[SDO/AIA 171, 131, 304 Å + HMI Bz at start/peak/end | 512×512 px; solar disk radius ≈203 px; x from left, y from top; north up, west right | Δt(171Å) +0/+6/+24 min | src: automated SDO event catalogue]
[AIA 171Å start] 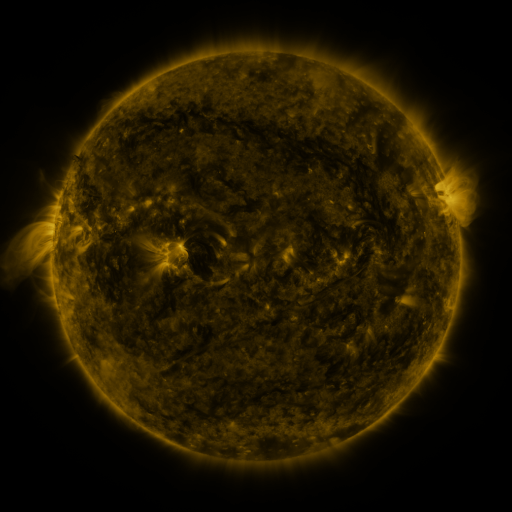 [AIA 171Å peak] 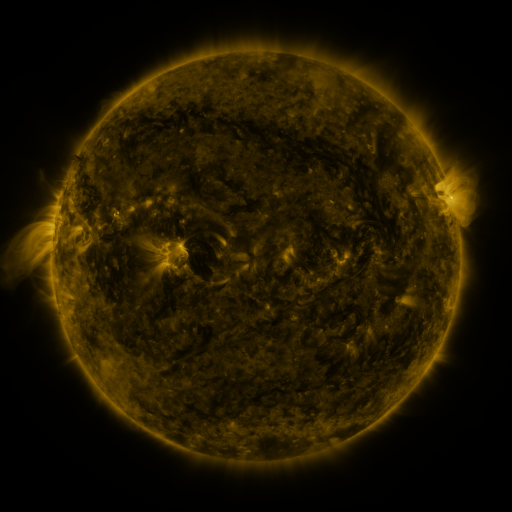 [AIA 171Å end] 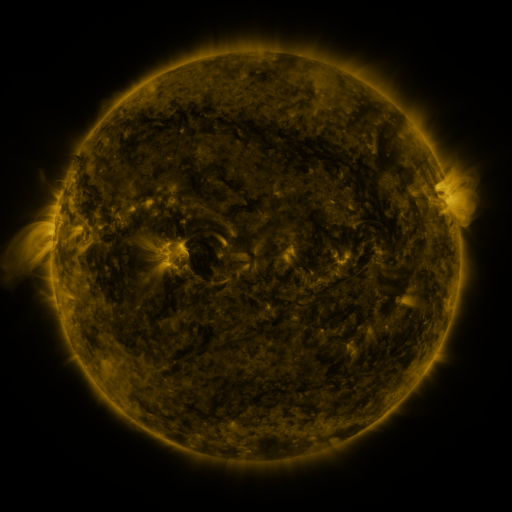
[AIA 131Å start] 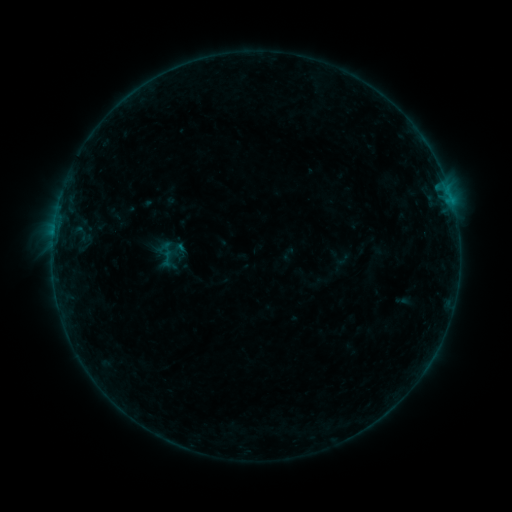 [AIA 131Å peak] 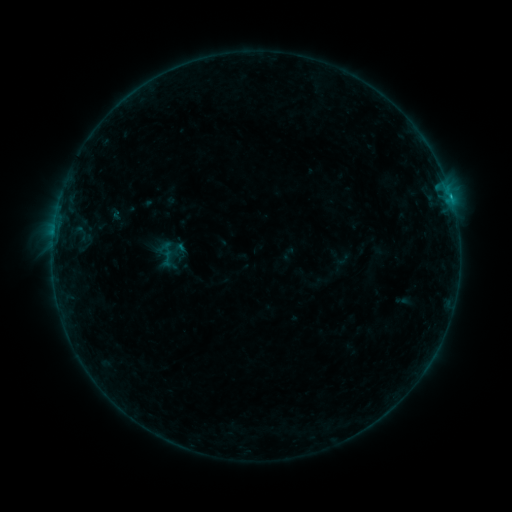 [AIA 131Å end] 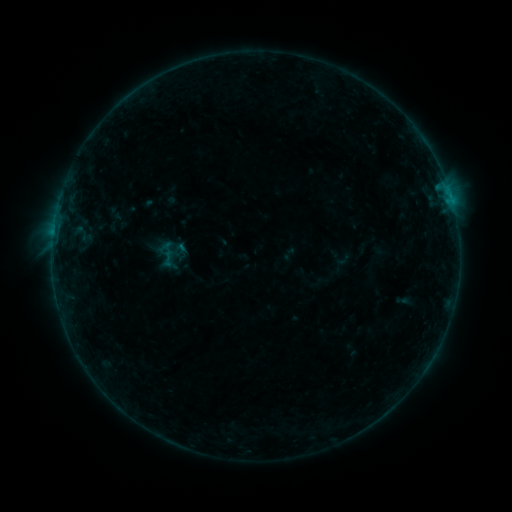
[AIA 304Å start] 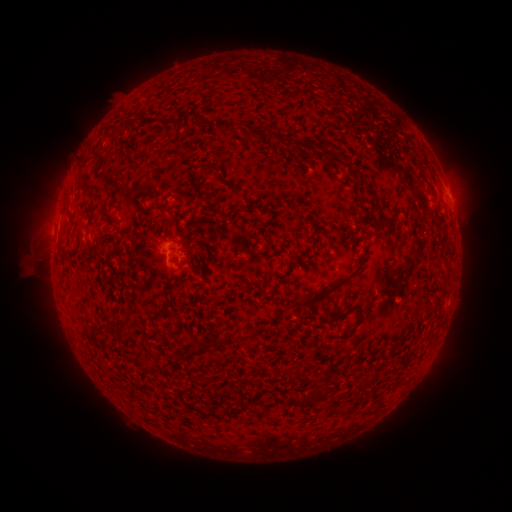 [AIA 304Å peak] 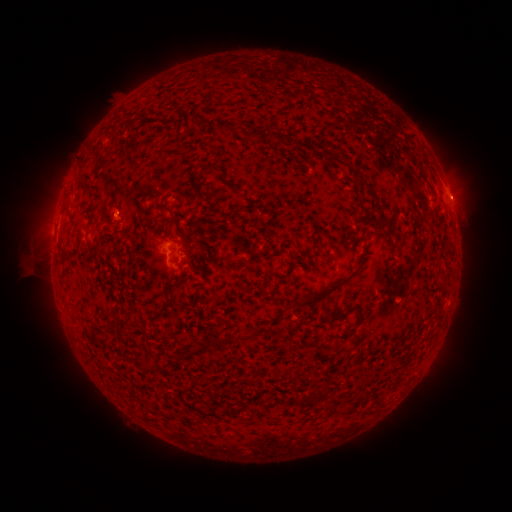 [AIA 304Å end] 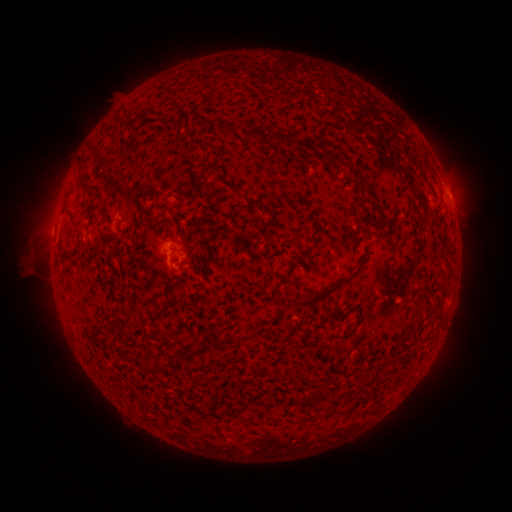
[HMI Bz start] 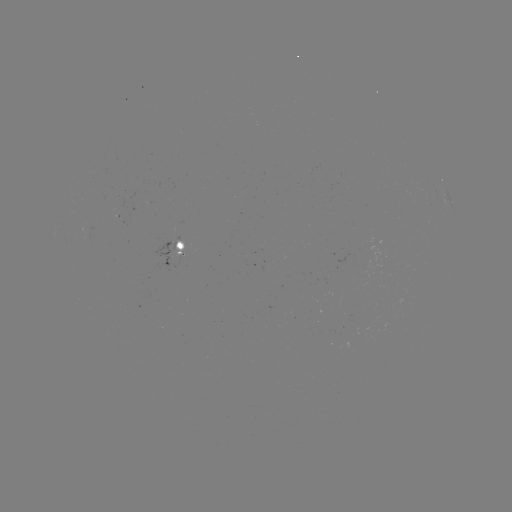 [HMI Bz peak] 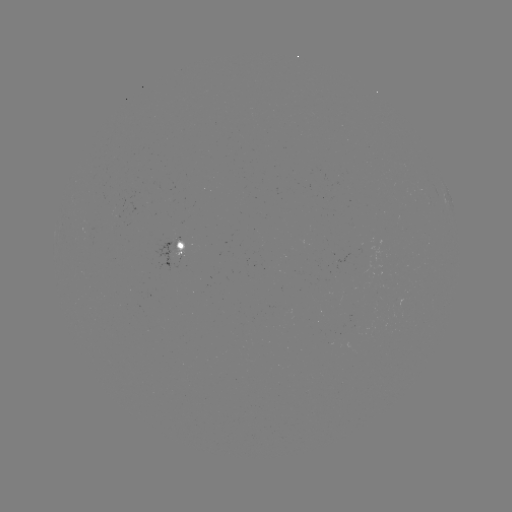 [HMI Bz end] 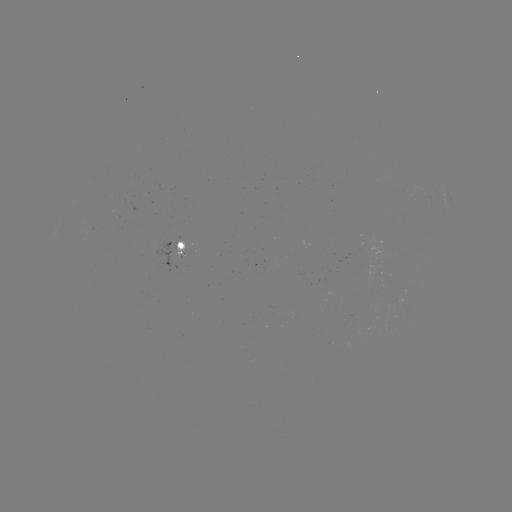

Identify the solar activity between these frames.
B3.4 flare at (451, 199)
